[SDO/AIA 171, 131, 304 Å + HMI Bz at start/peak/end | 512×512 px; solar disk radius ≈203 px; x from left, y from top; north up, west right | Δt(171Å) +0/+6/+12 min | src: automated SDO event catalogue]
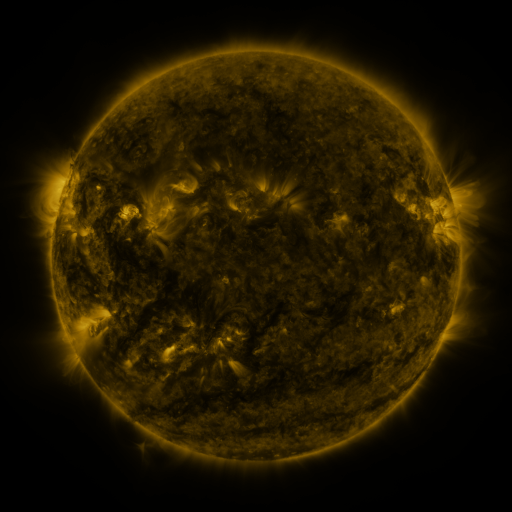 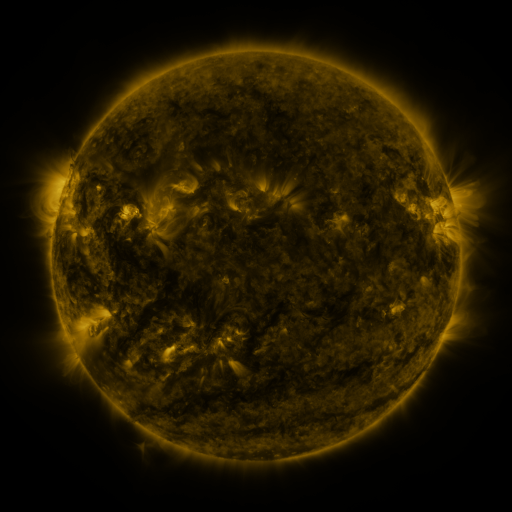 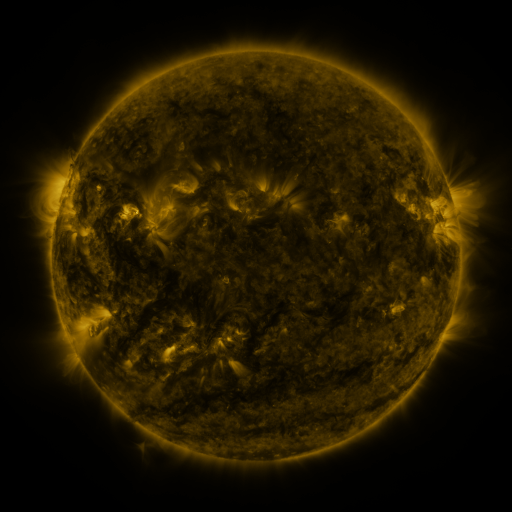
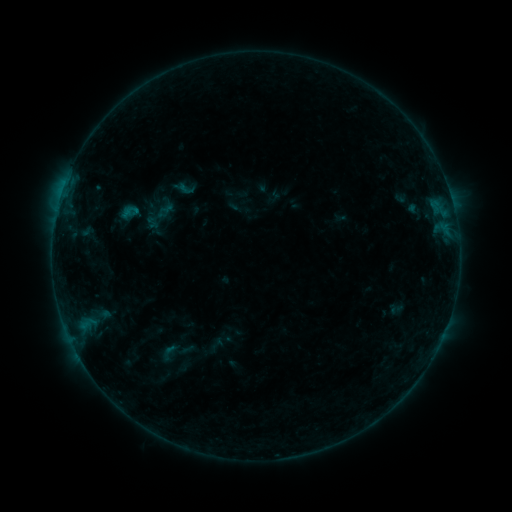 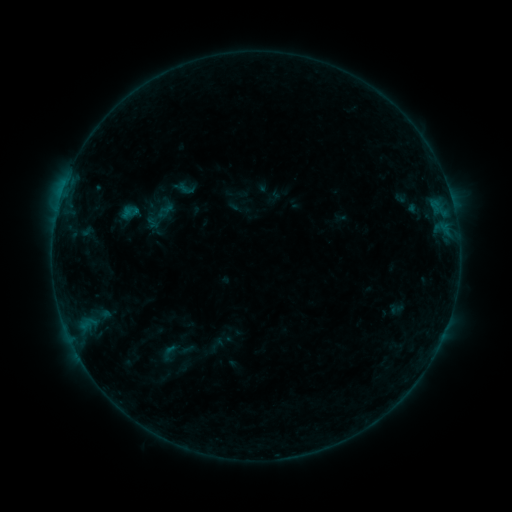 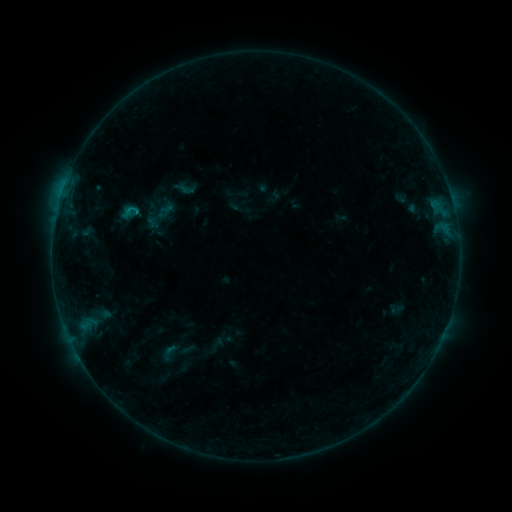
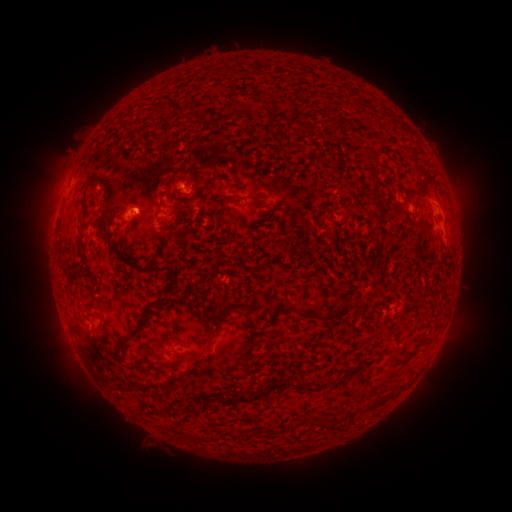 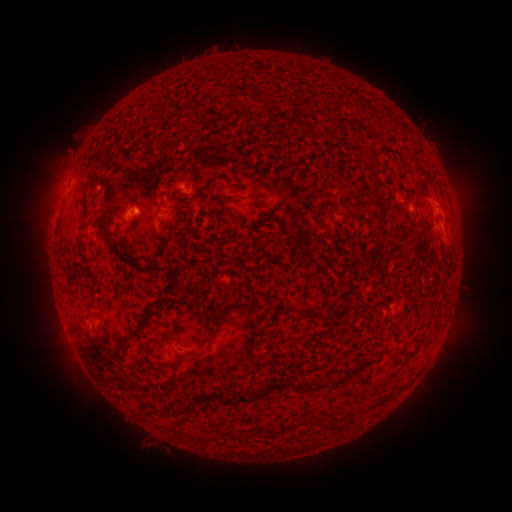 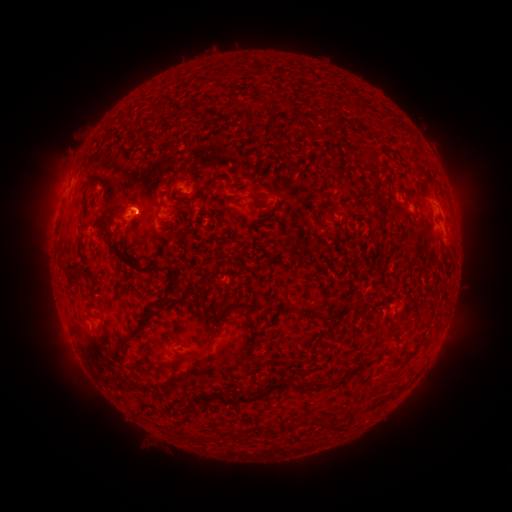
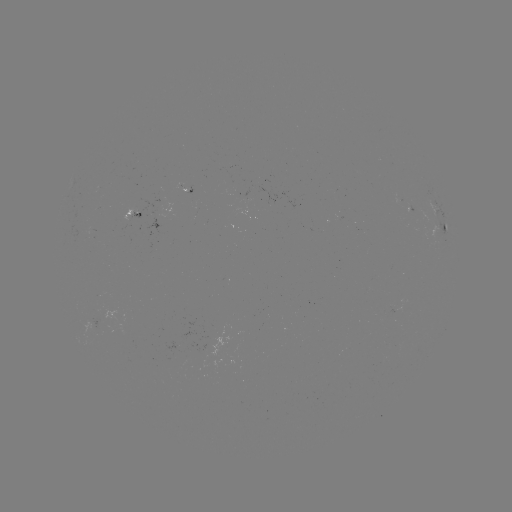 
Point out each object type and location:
B4.5 flare: (65, 186)
